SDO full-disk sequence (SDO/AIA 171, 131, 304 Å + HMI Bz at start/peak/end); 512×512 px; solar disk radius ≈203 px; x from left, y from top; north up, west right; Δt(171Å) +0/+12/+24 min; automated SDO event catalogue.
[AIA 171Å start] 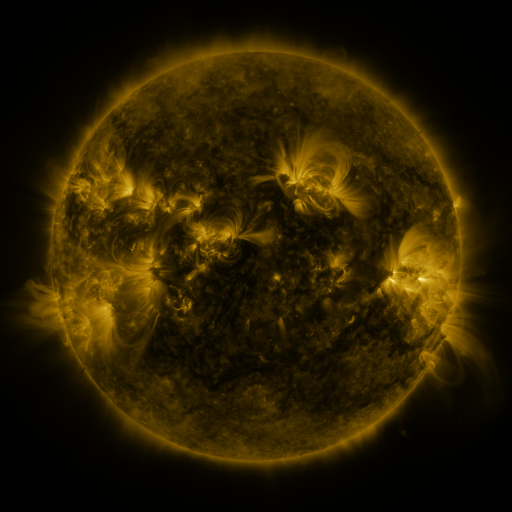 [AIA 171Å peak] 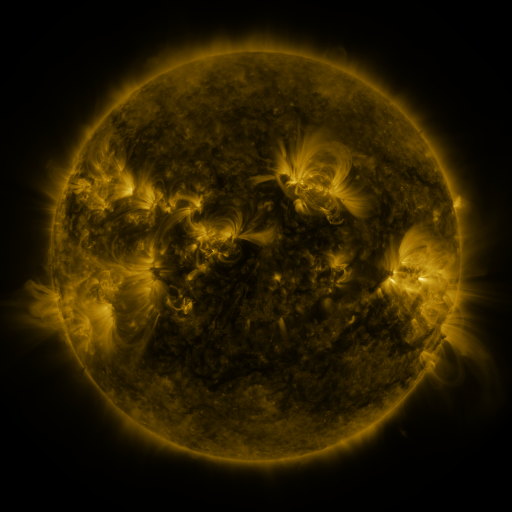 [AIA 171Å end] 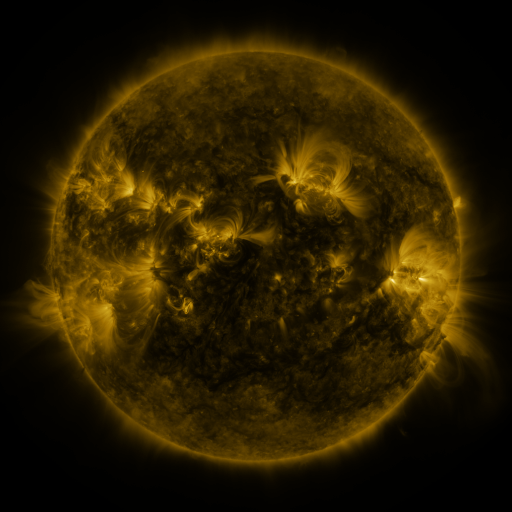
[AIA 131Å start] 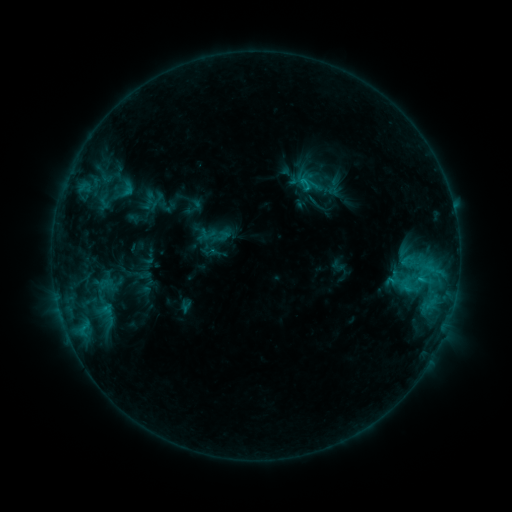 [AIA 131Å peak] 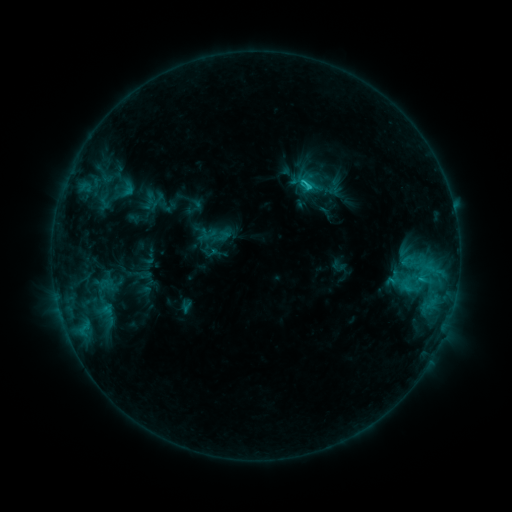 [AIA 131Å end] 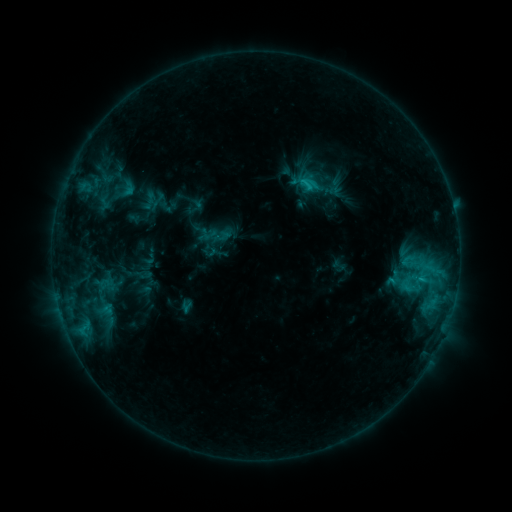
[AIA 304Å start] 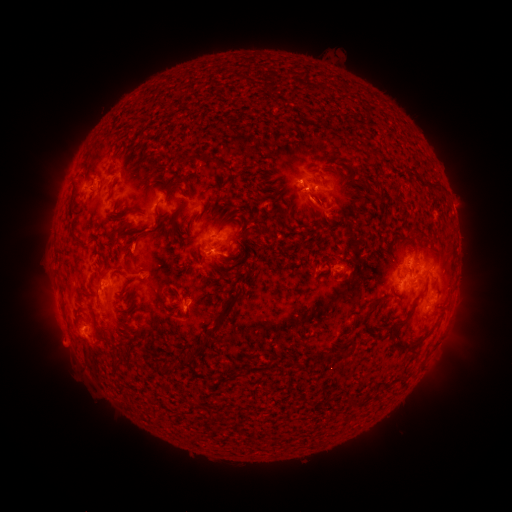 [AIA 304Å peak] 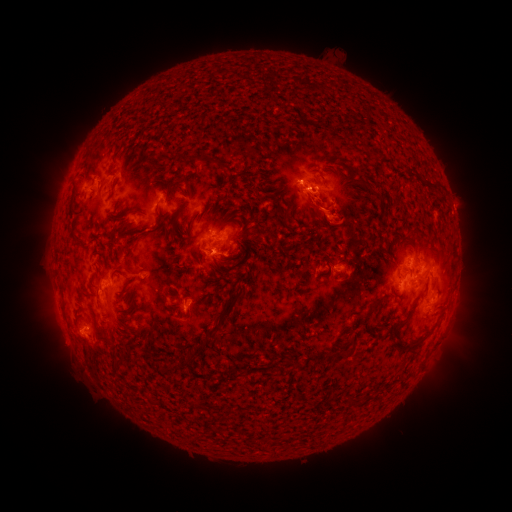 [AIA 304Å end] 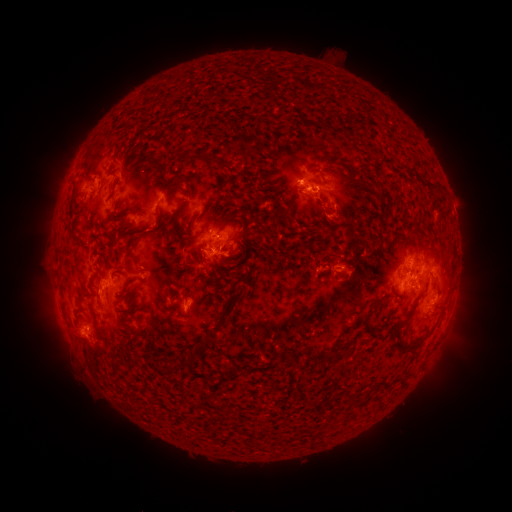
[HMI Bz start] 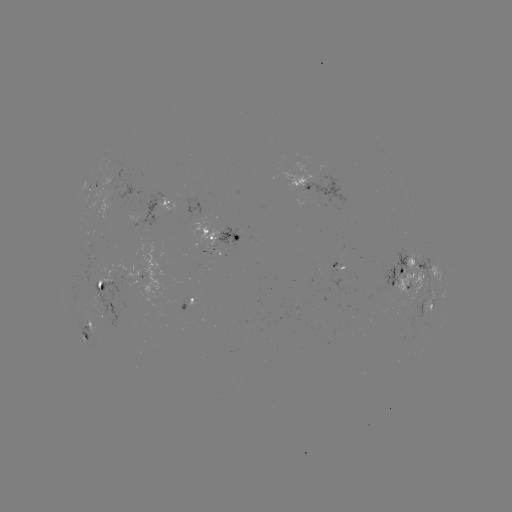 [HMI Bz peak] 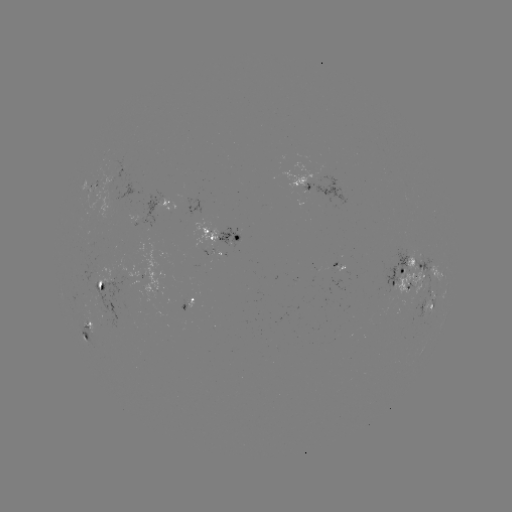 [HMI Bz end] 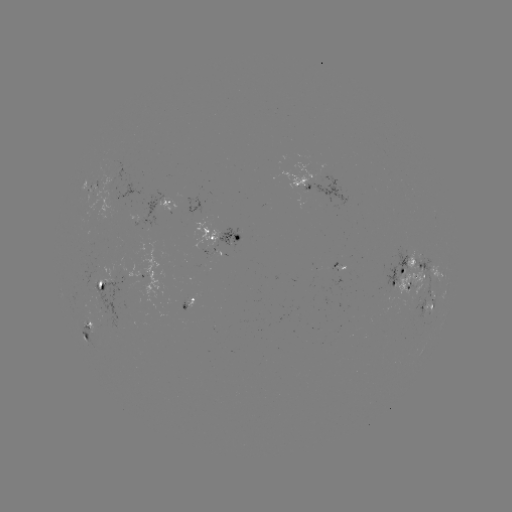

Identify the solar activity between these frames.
eruption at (320, 211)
